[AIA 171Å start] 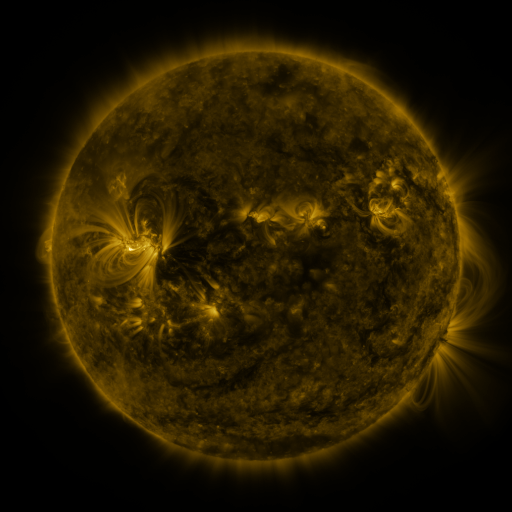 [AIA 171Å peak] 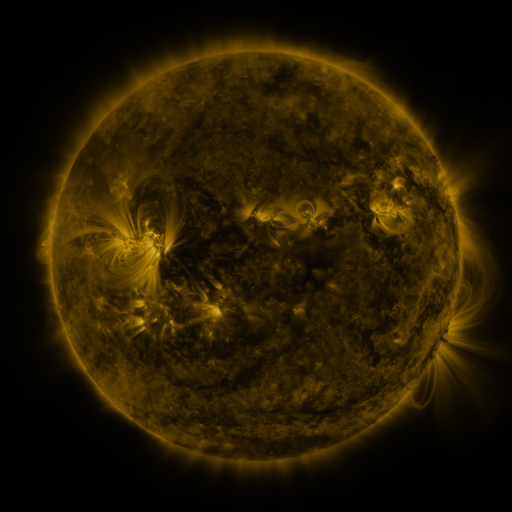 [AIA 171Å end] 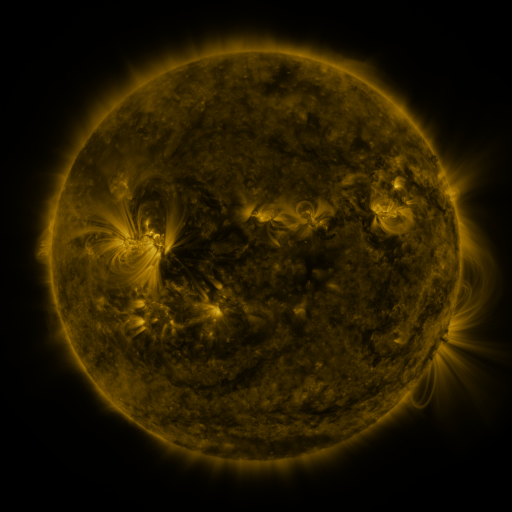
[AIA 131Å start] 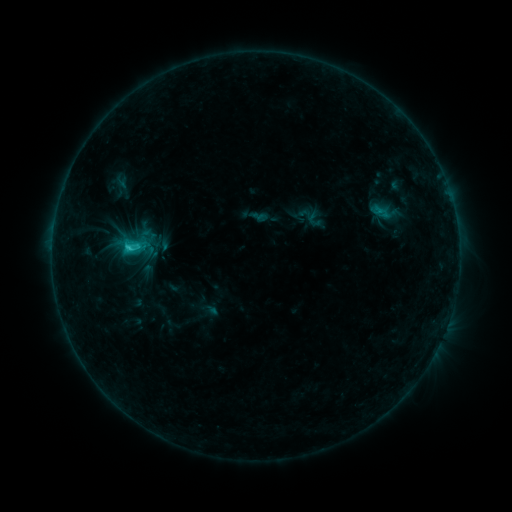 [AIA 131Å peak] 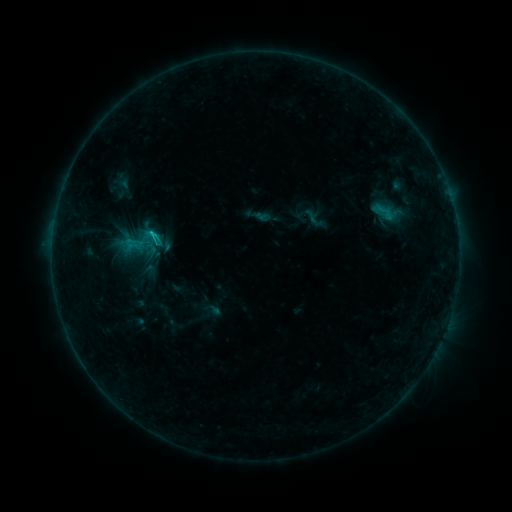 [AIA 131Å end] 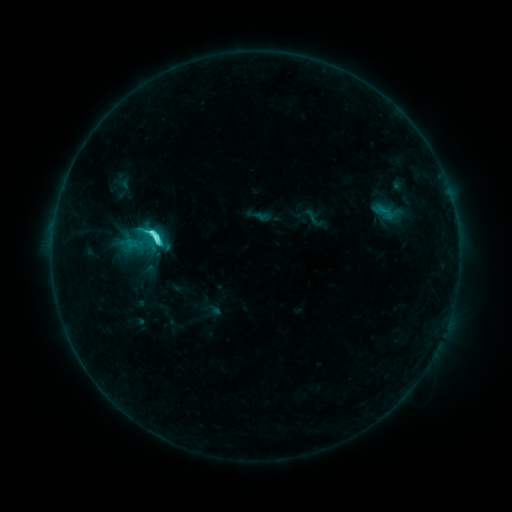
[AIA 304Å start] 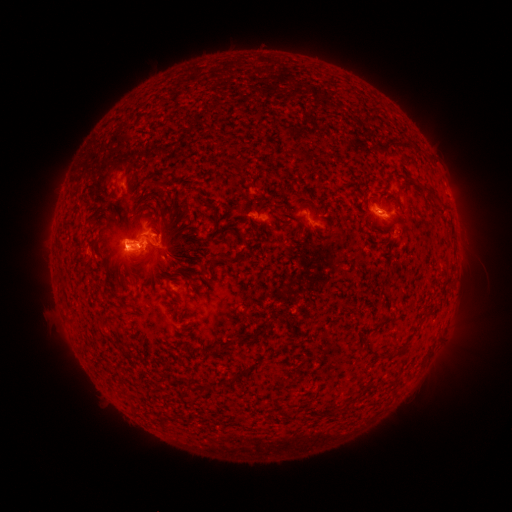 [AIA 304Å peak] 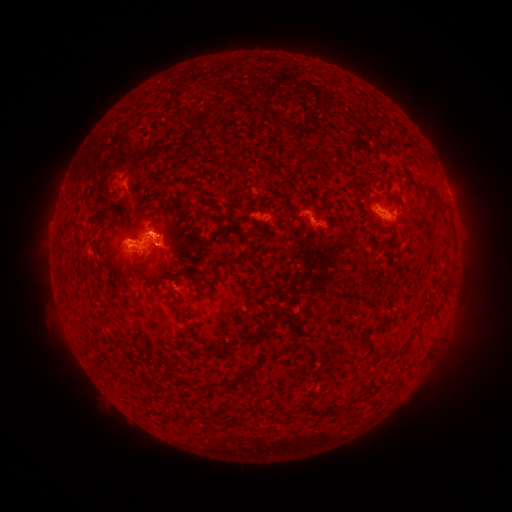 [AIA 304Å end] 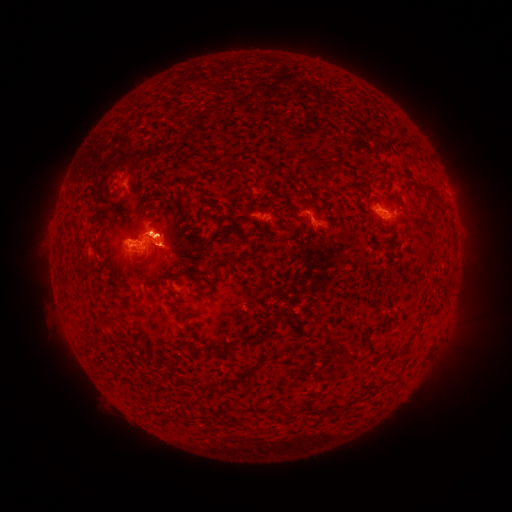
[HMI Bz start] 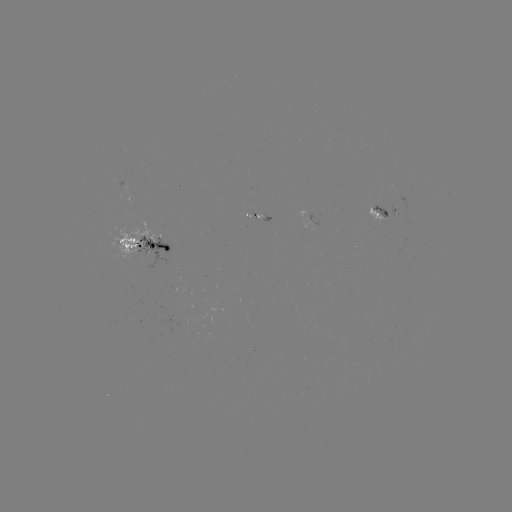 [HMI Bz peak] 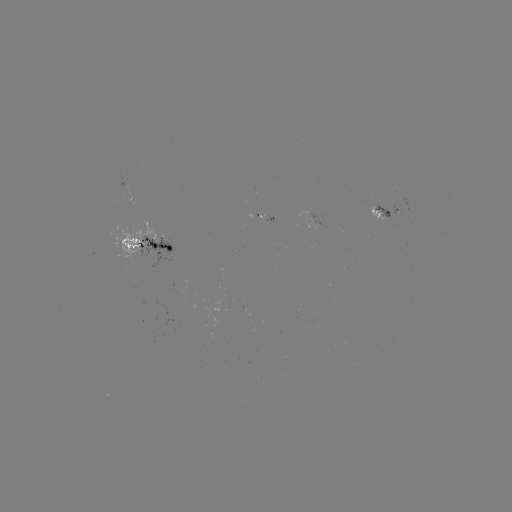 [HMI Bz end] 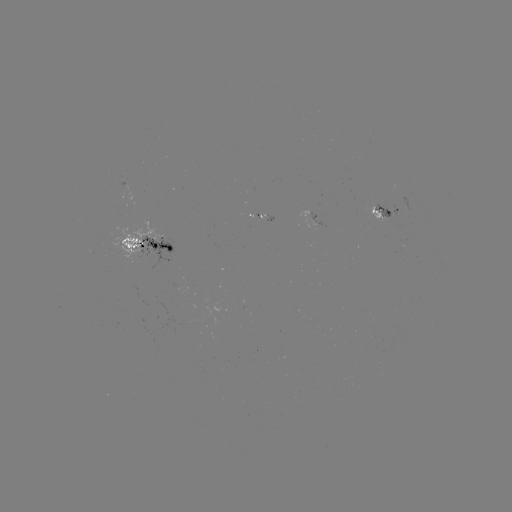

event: emerging-flux region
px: (392, 211)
